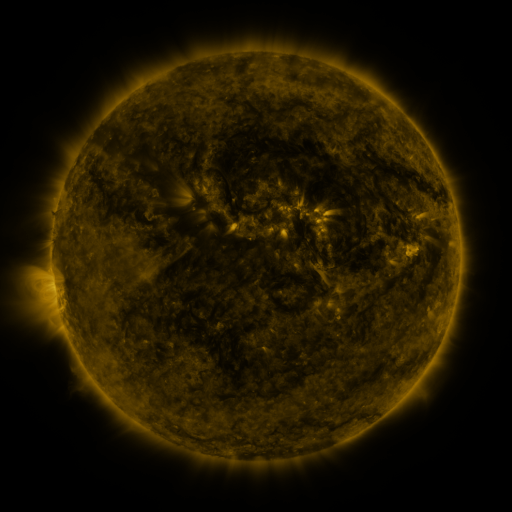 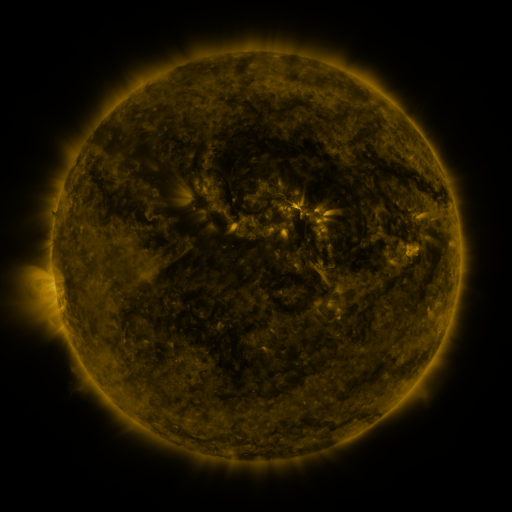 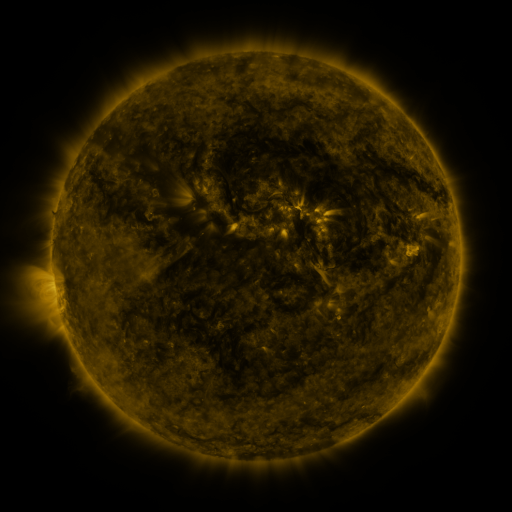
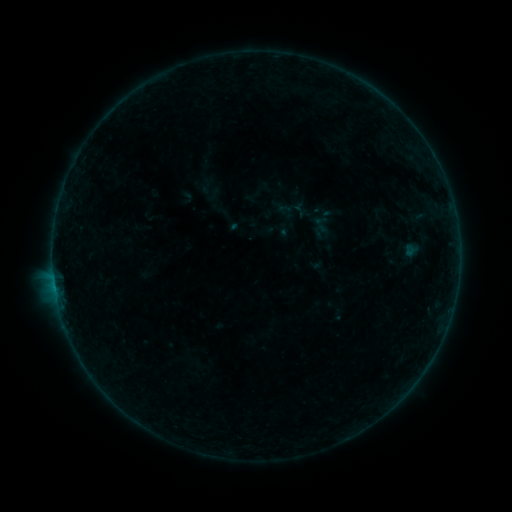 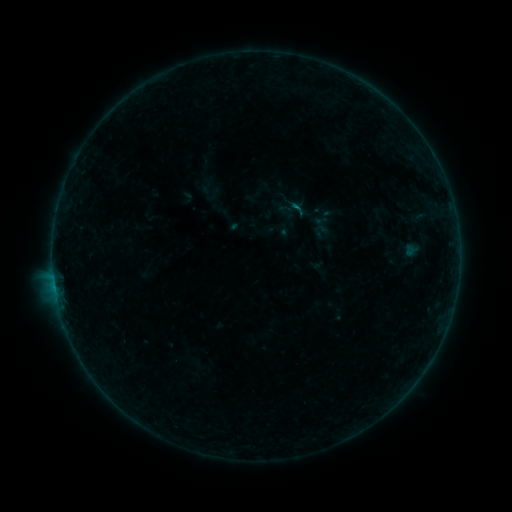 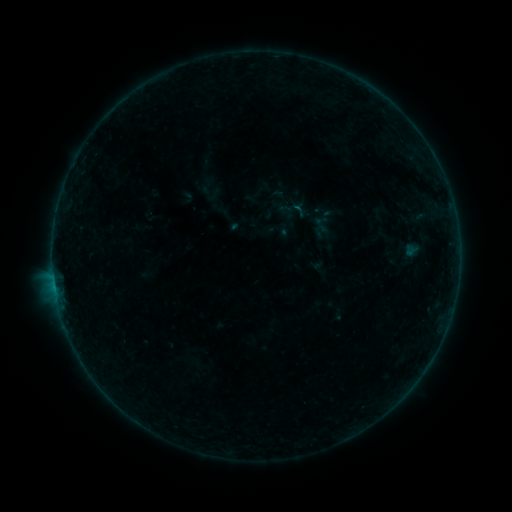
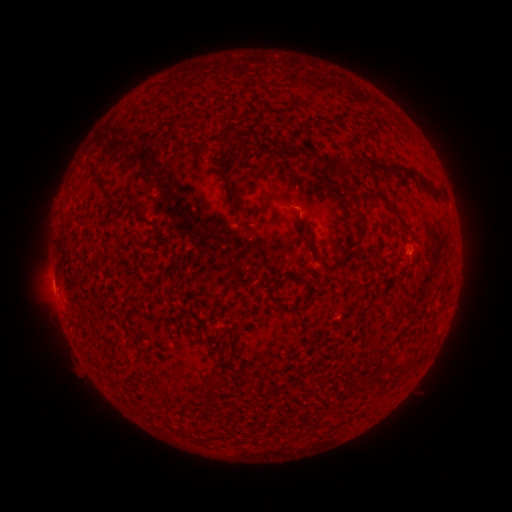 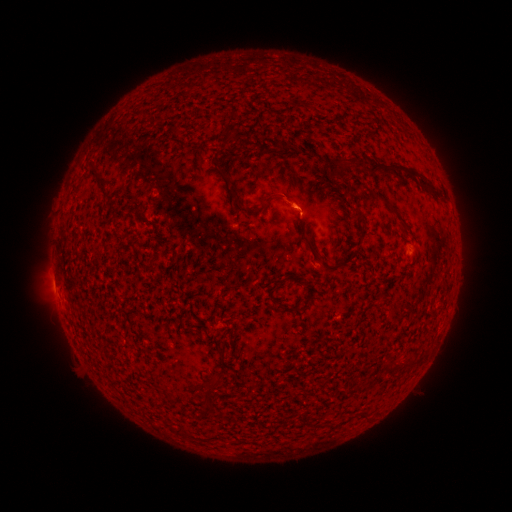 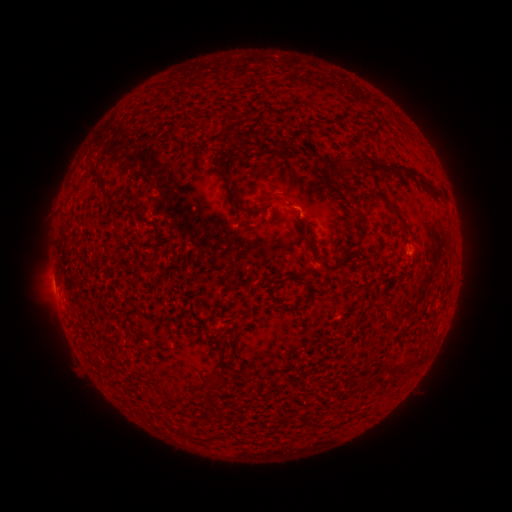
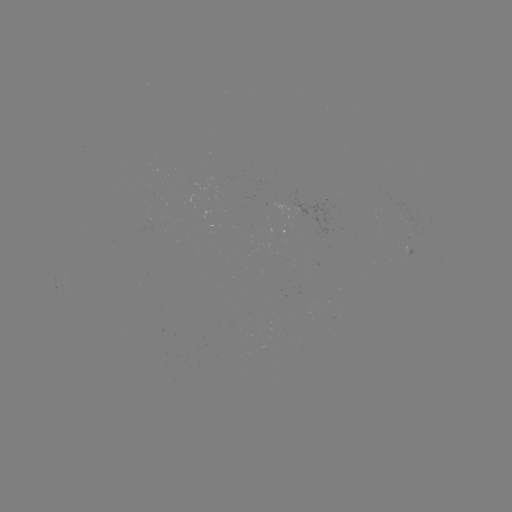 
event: flare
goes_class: B1.7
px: (296, 210)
